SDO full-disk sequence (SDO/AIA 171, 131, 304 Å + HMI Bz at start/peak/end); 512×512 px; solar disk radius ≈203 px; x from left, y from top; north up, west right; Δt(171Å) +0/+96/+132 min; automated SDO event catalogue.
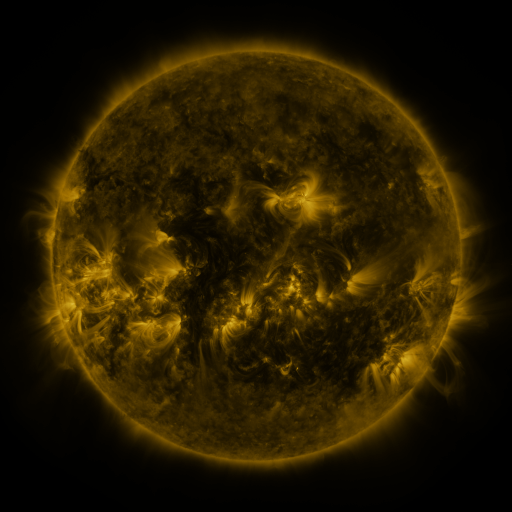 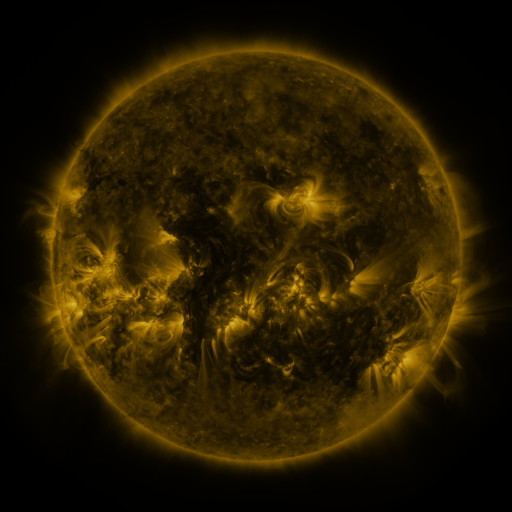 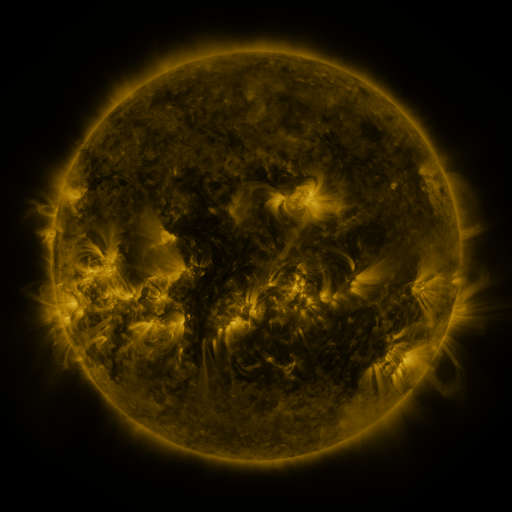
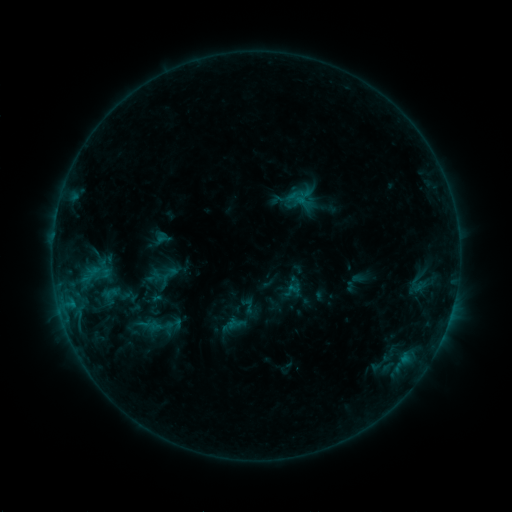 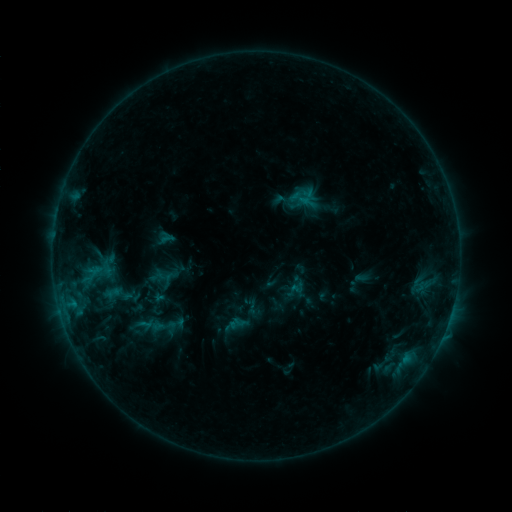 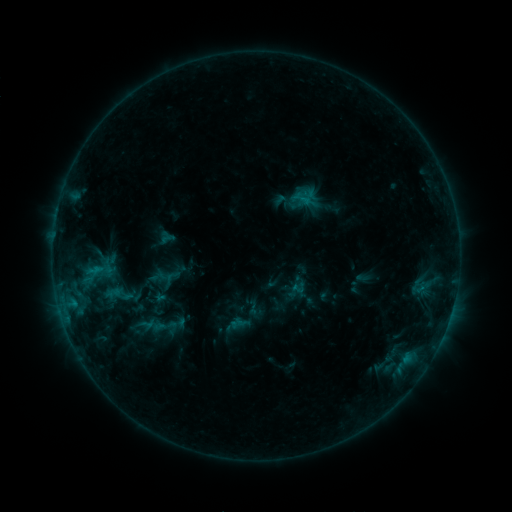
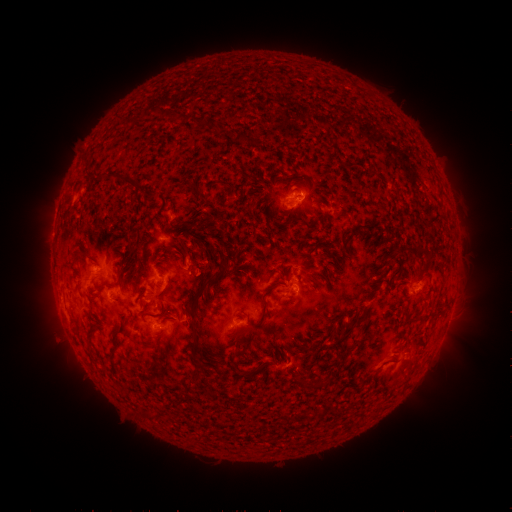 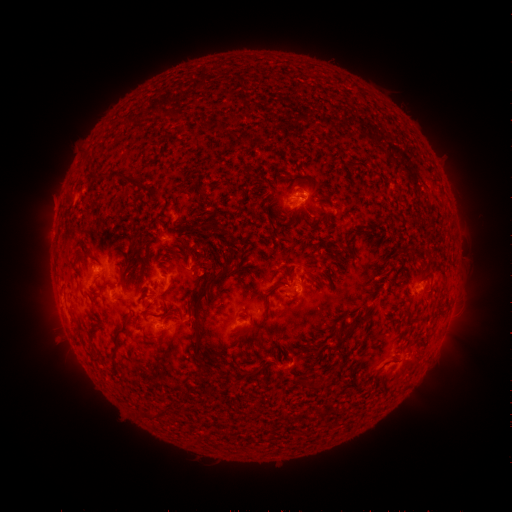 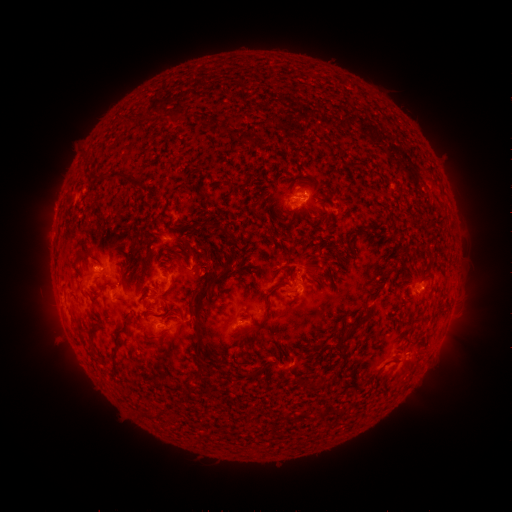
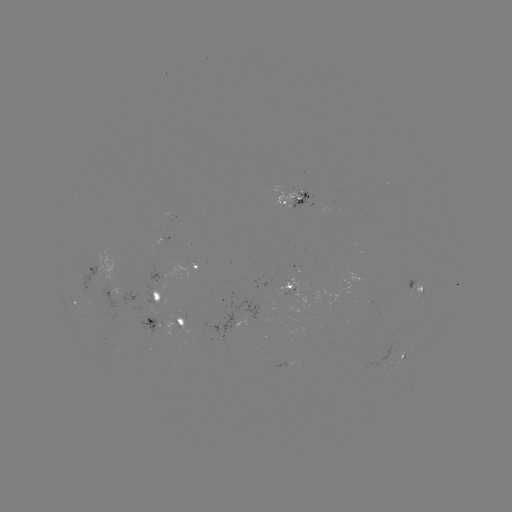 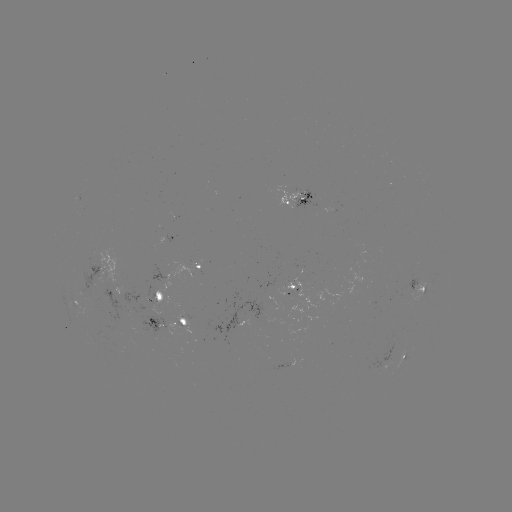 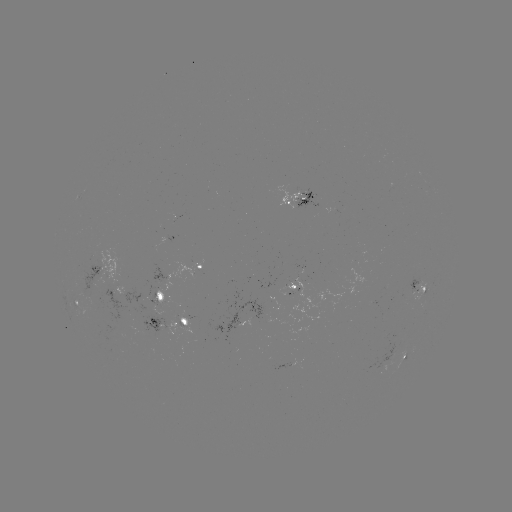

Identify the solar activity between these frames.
emerging-flux region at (151, 299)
